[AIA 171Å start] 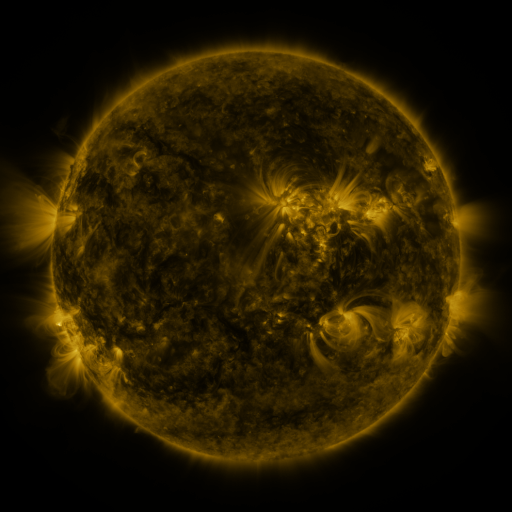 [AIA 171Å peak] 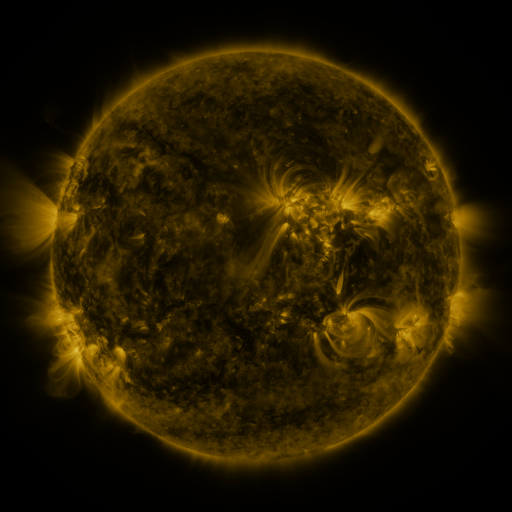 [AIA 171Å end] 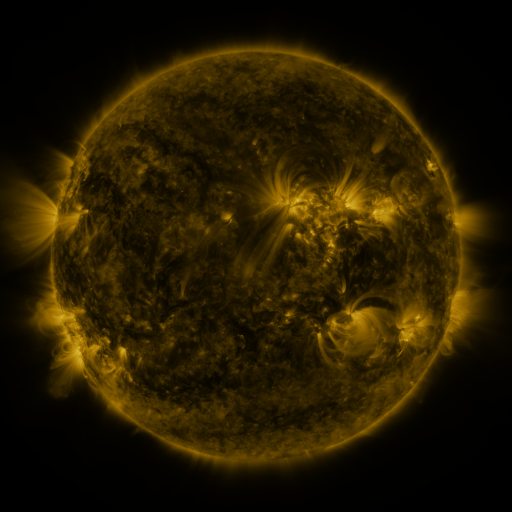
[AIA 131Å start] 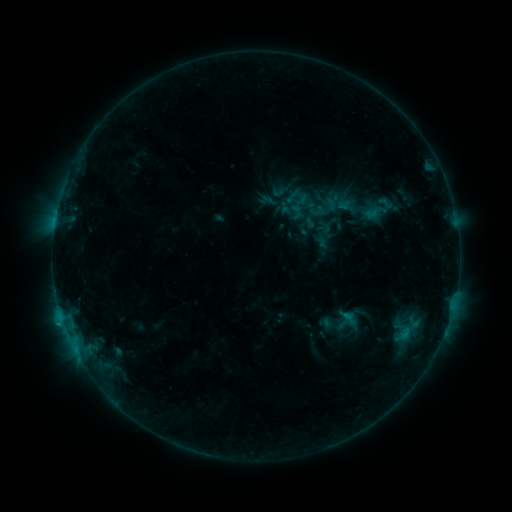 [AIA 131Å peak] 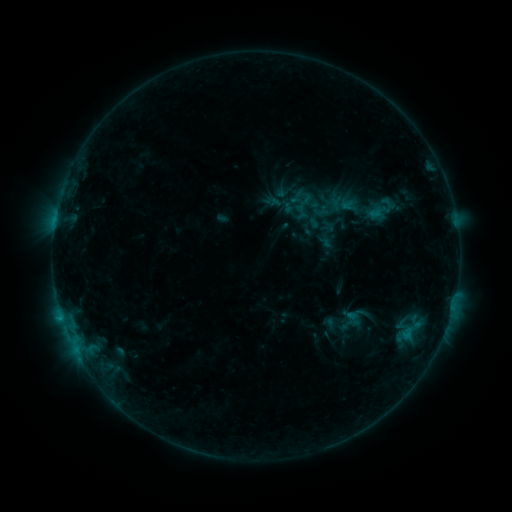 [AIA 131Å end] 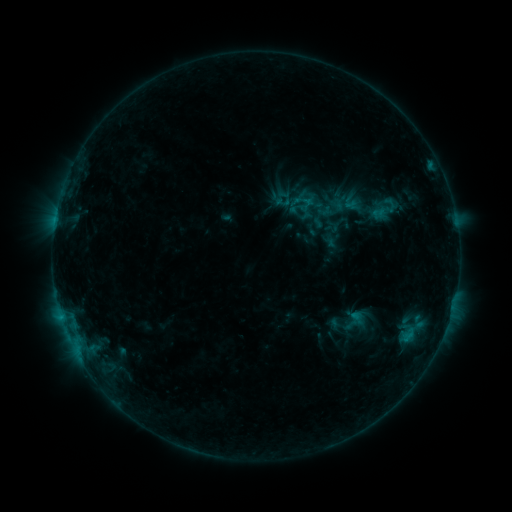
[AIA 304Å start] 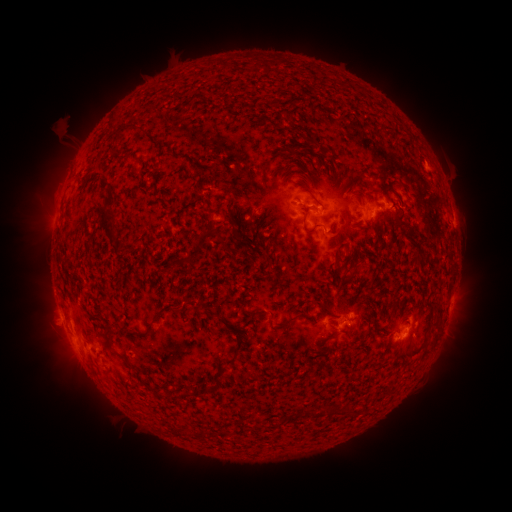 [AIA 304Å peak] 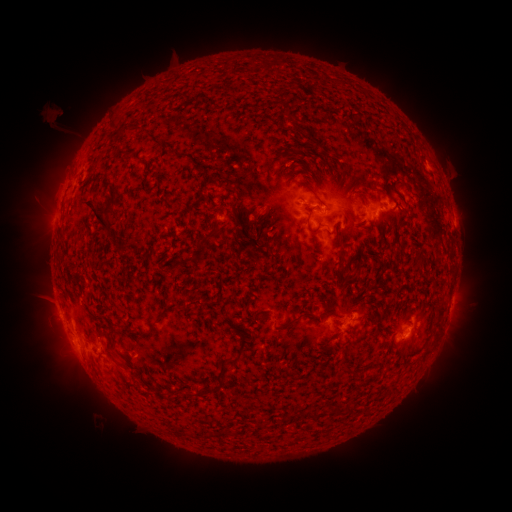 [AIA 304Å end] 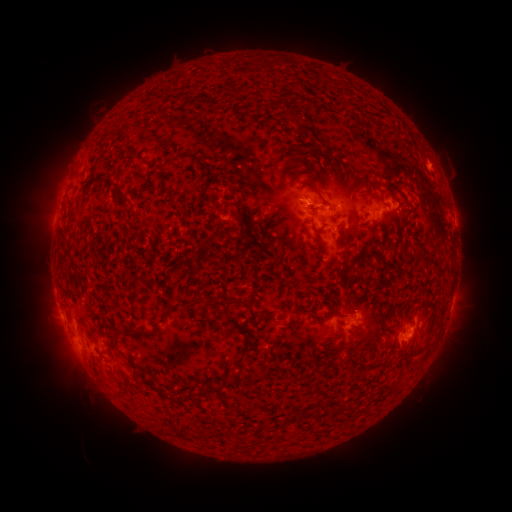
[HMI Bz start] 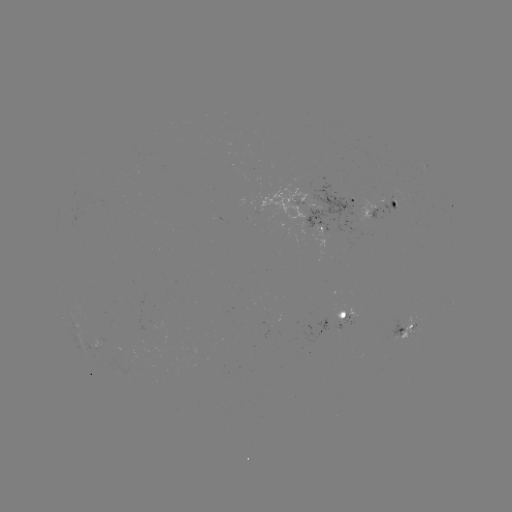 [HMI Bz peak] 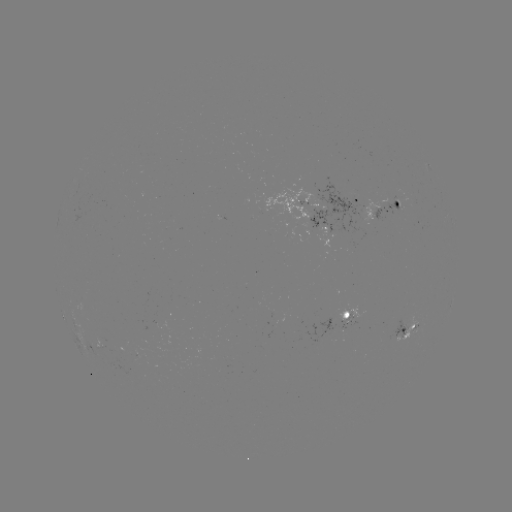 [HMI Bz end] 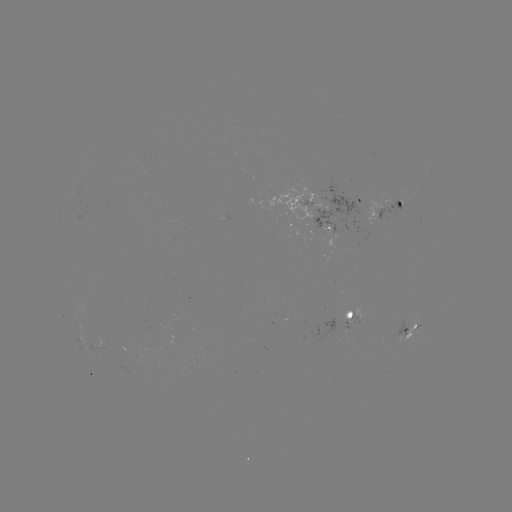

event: filament eruption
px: (102, 220)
